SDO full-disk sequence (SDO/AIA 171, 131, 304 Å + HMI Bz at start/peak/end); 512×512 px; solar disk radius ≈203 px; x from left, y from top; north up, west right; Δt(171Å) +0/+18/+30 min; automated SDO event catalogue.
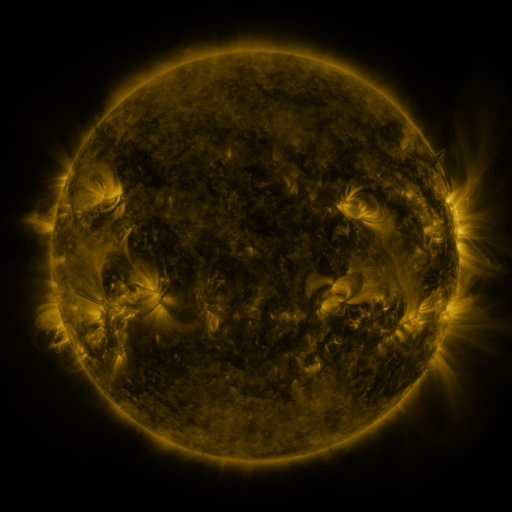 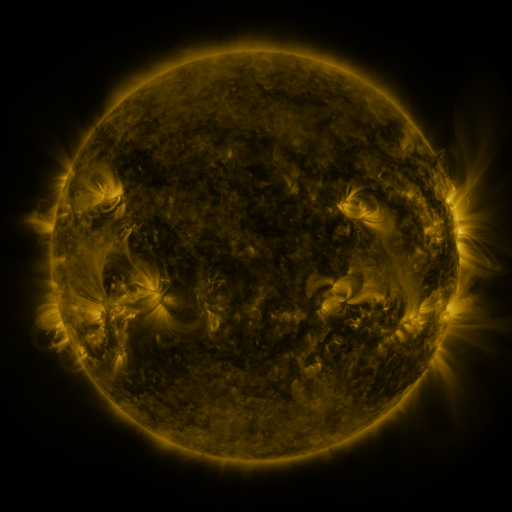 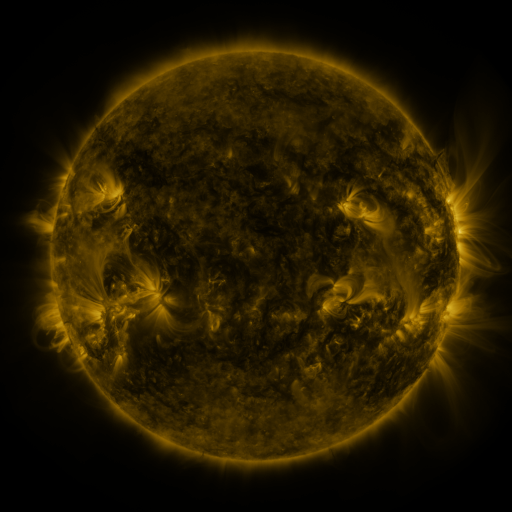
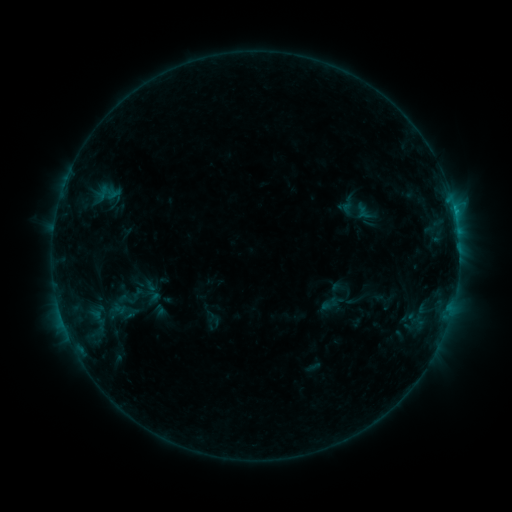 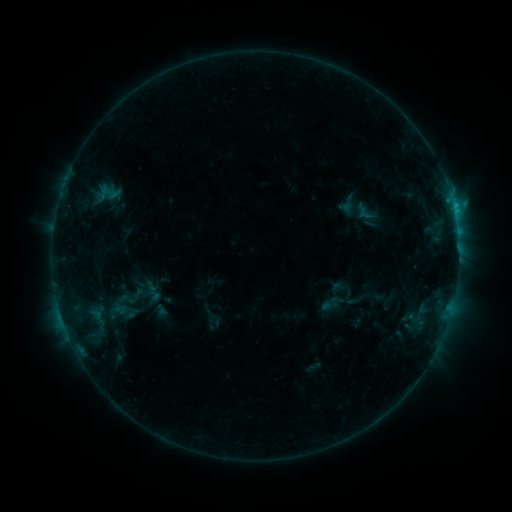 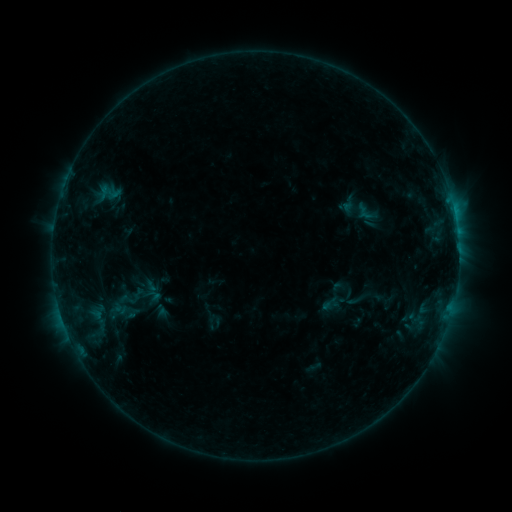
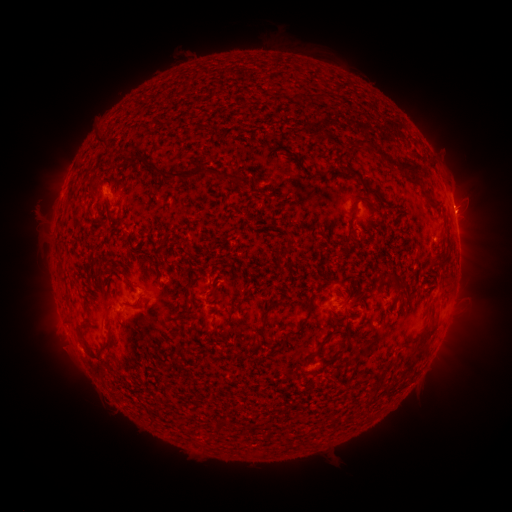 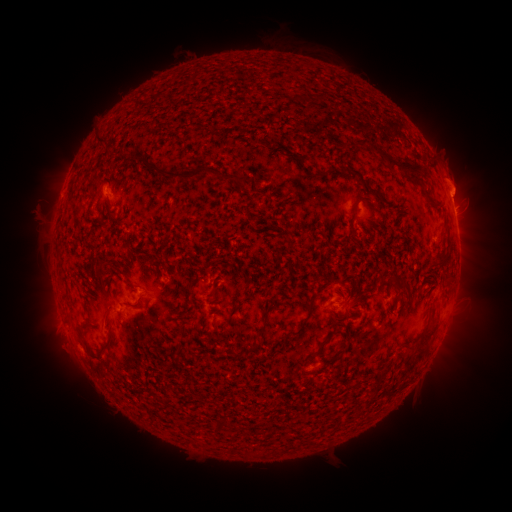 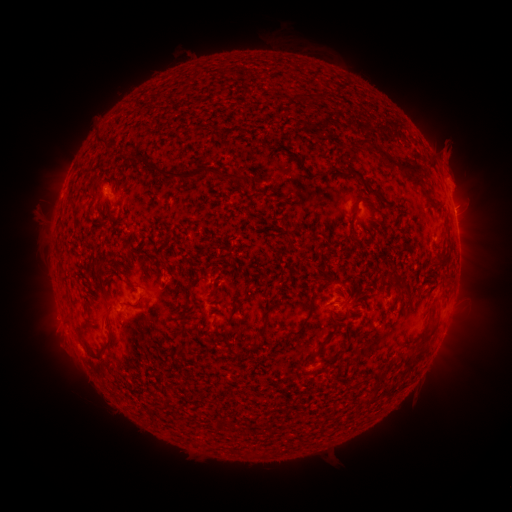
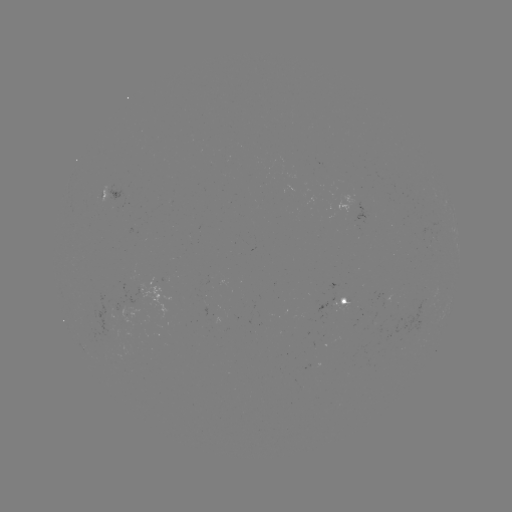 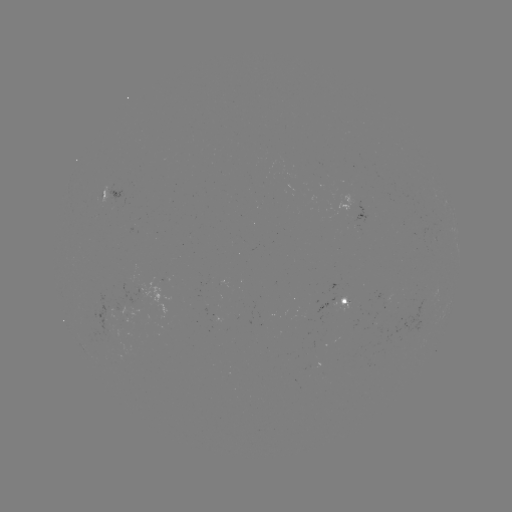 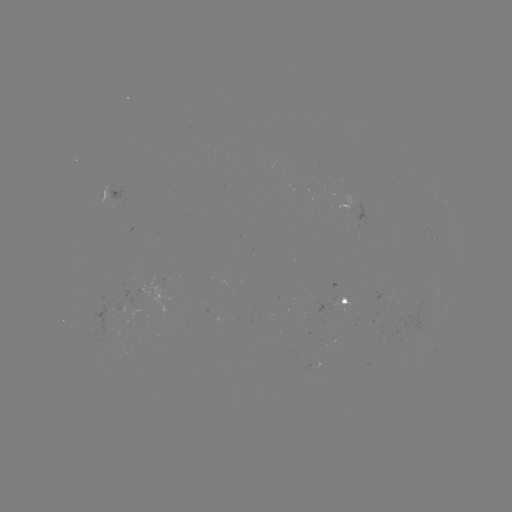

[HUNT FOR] C1.0 flare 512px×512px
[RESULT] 453,206